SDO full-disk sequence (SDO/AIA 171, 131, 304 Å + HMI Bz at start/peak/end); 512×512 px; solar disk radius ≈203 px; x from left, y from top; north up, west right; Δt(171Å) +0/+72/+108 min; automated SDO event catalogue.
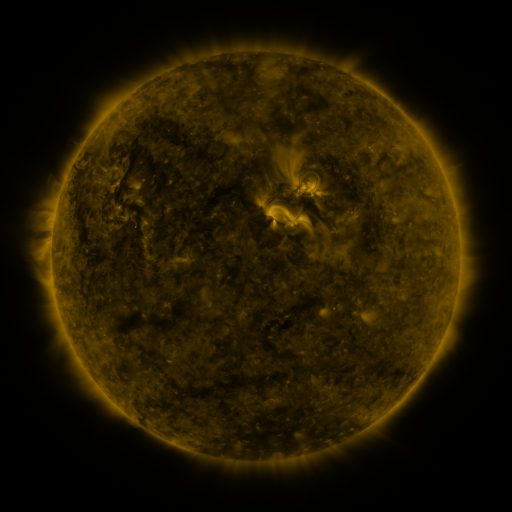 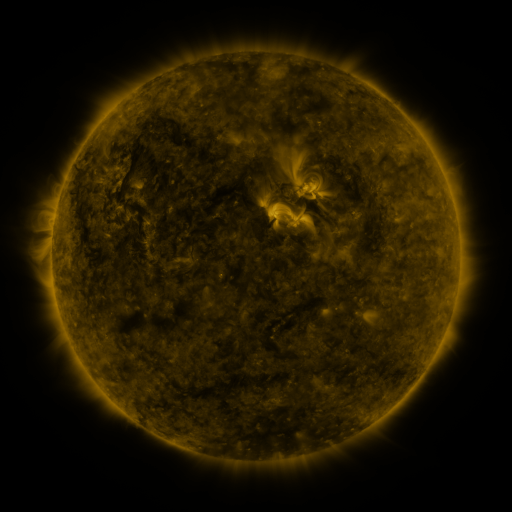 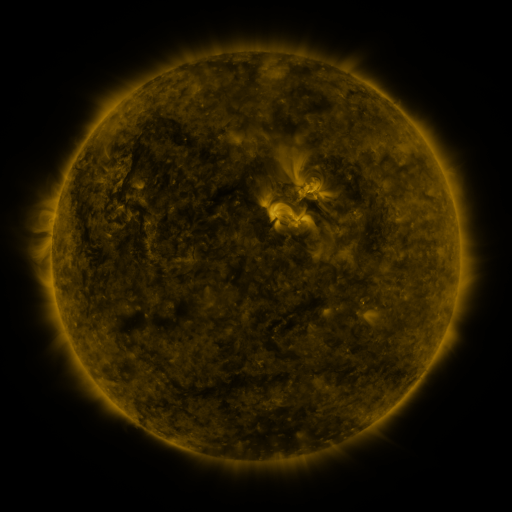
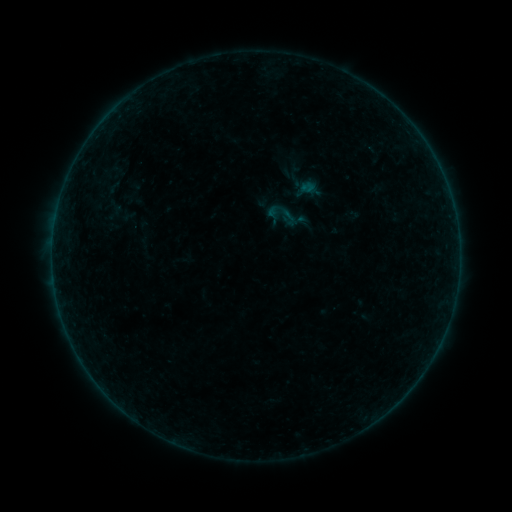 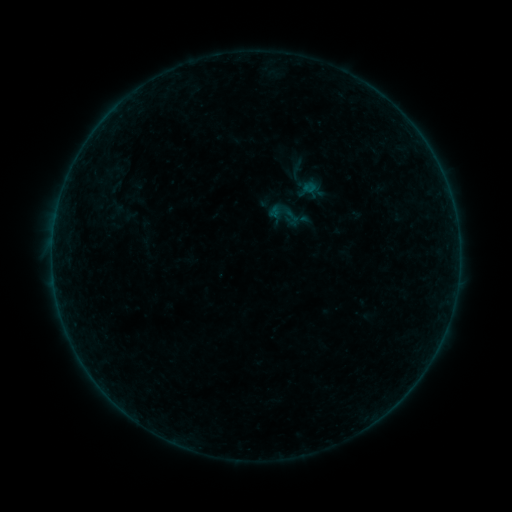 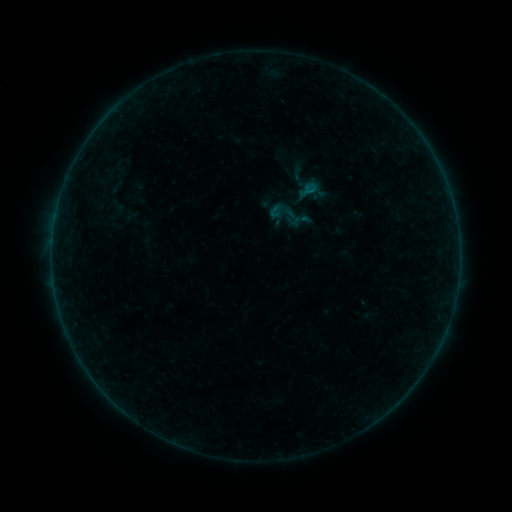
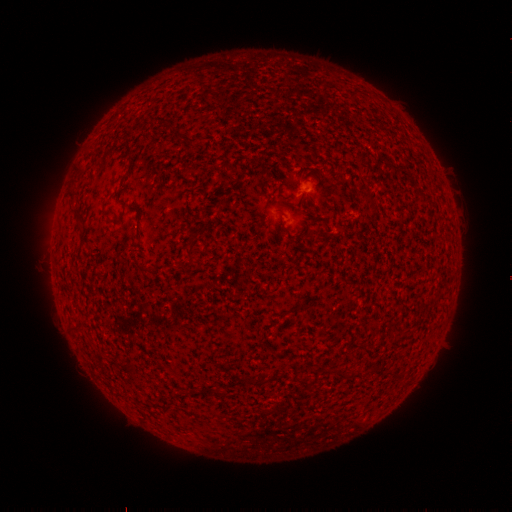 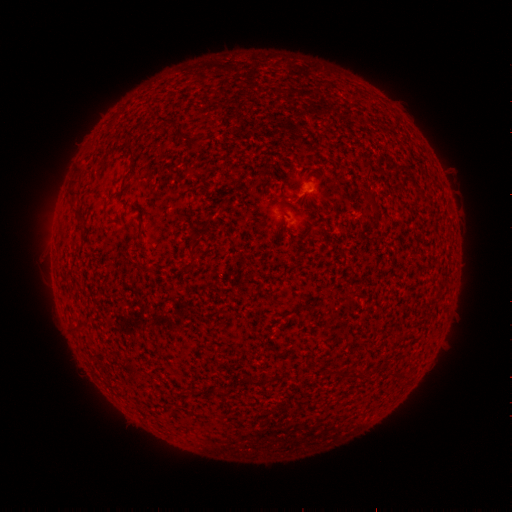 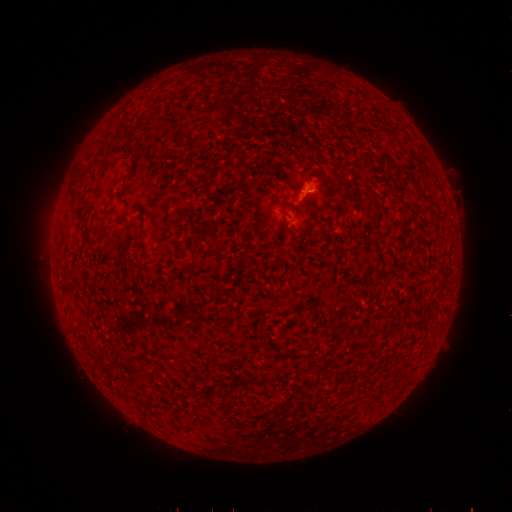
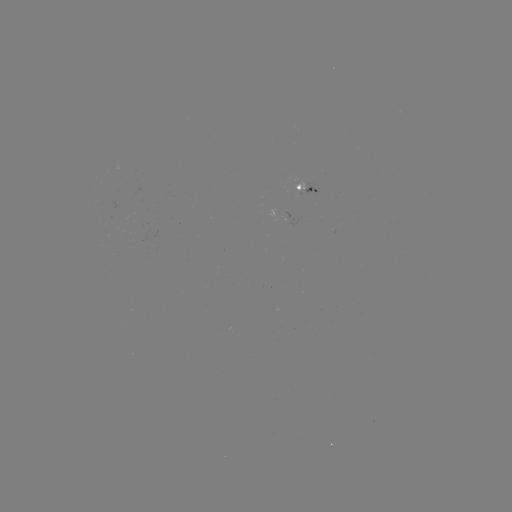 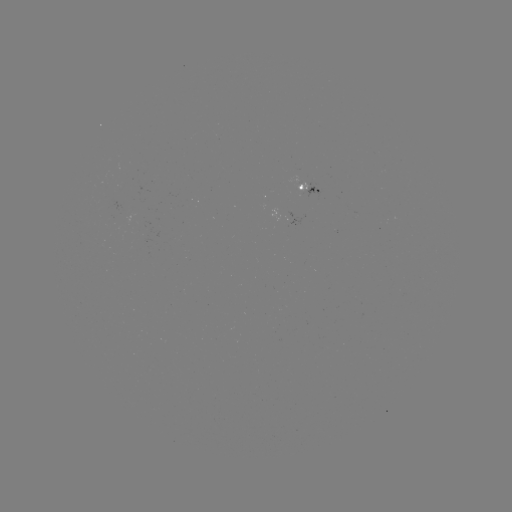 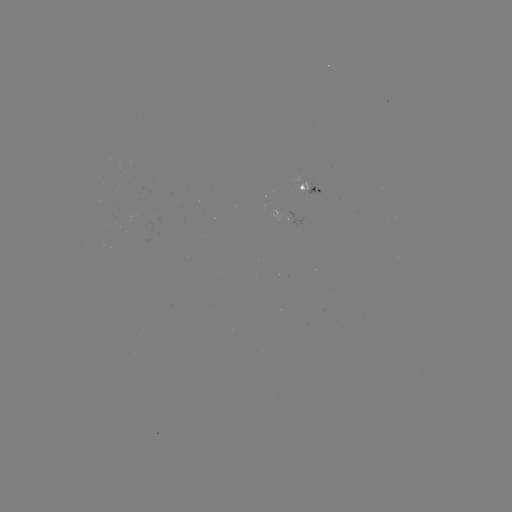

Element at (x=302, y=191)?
emerging-flux region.